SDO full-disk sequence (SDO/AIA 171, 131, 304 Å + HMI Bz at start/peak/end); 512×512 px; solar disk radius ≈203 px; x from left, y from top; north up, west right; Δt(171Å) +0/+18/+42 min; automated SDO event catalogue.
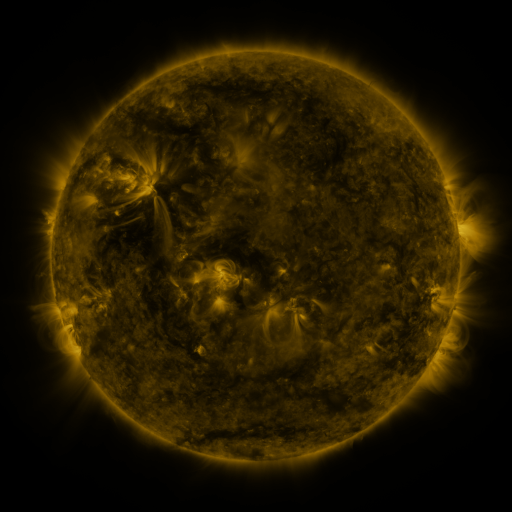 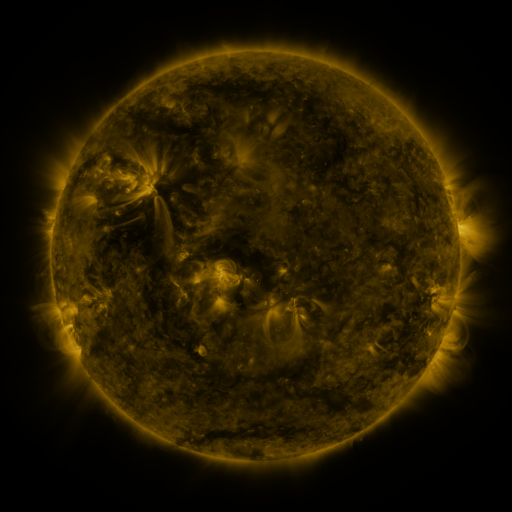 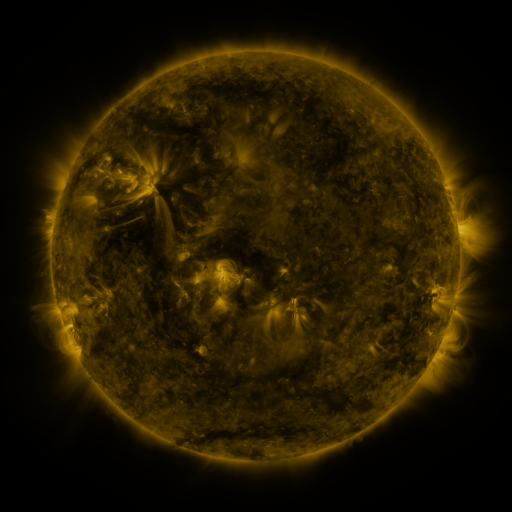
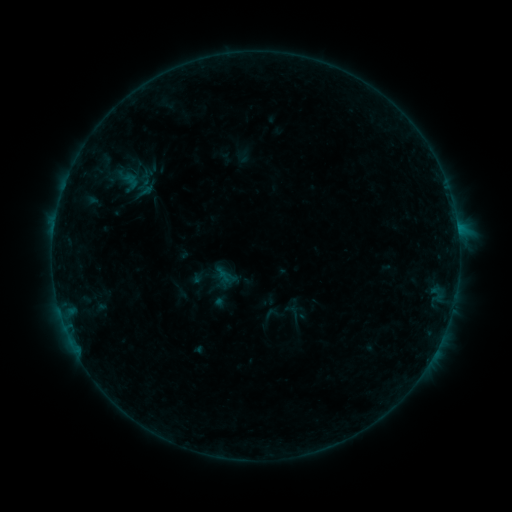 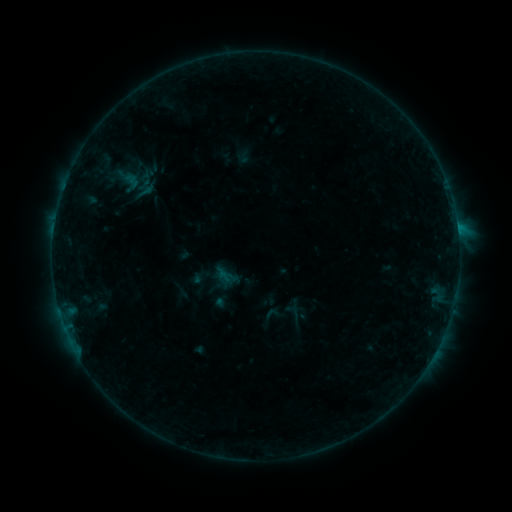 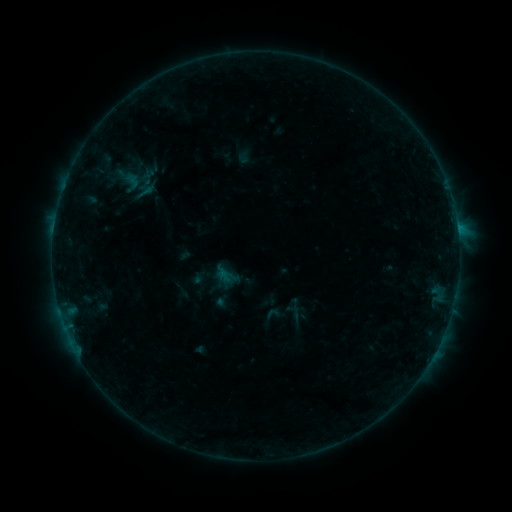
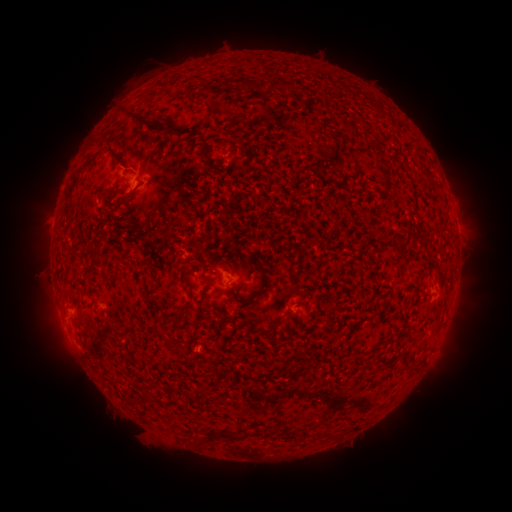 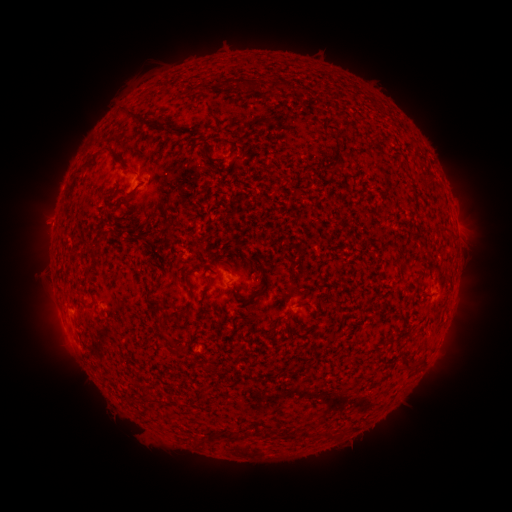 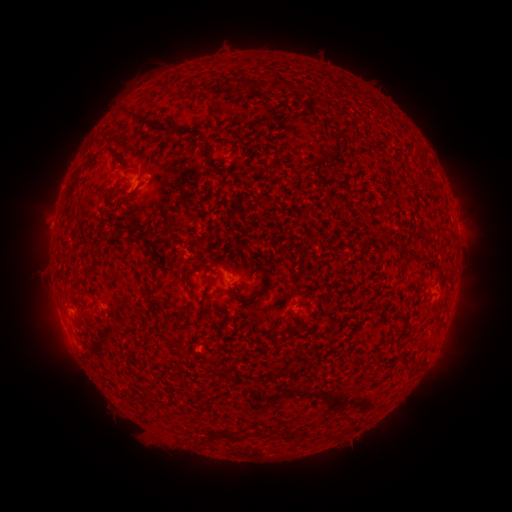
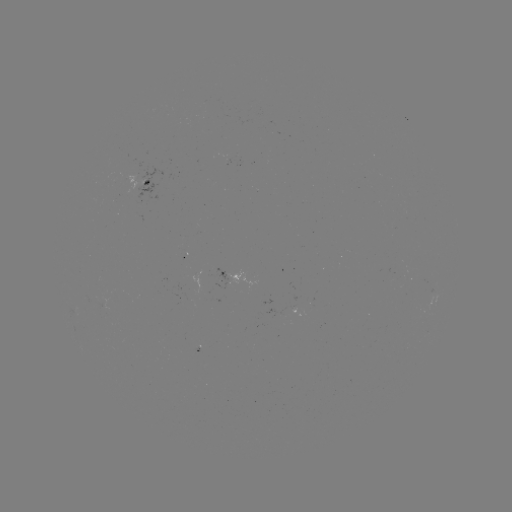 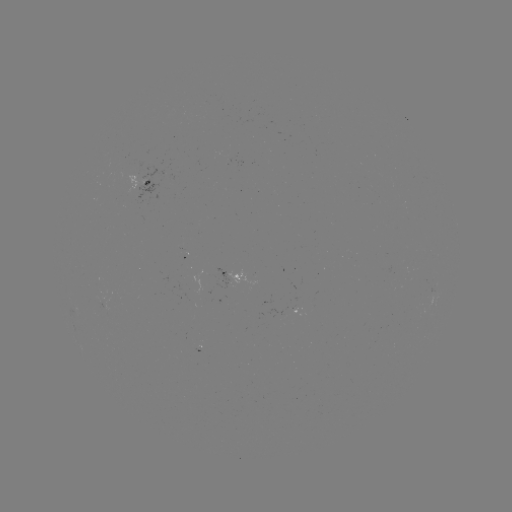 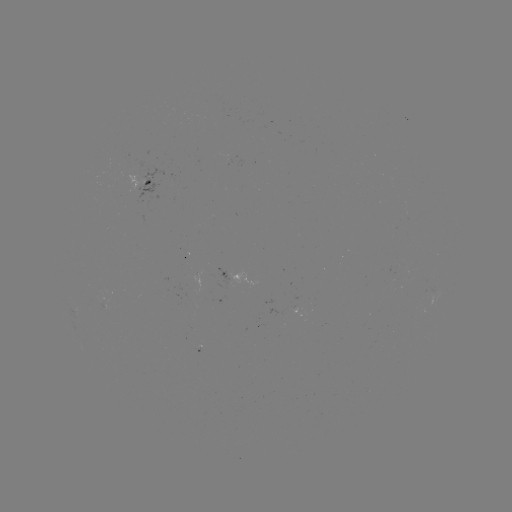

nothing was catalogued: no classed flare, no EUV trigger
